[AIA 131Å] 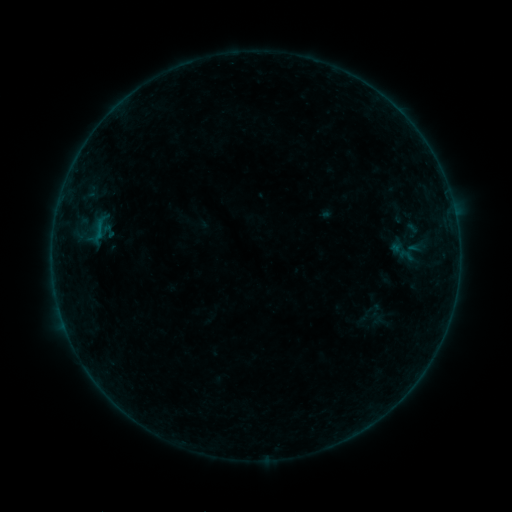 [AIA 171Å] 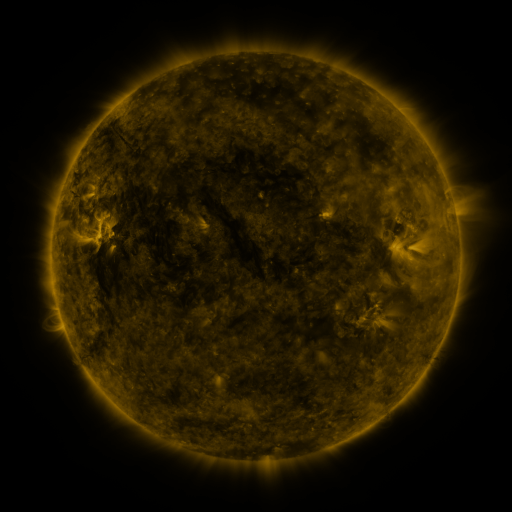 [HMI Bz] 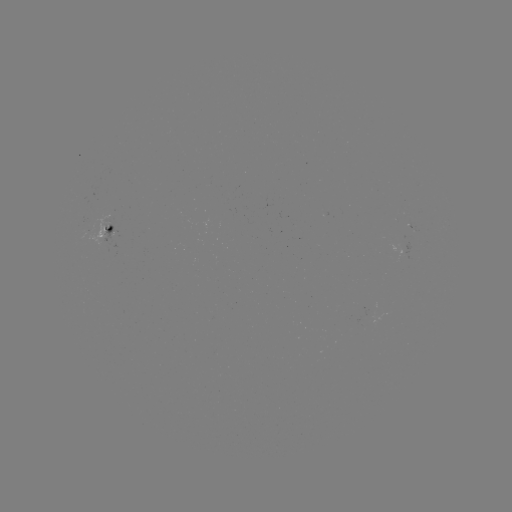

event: sigmoid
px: (407, 255)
